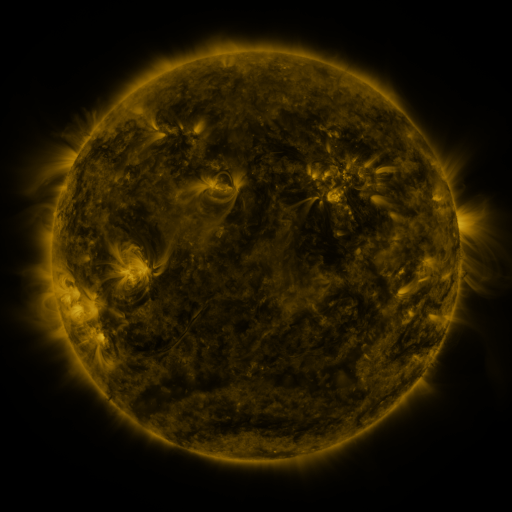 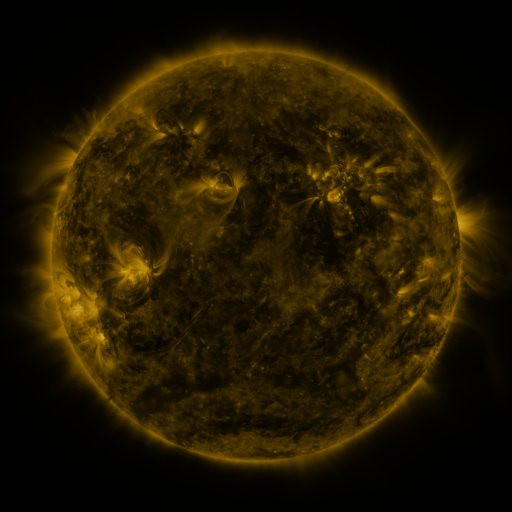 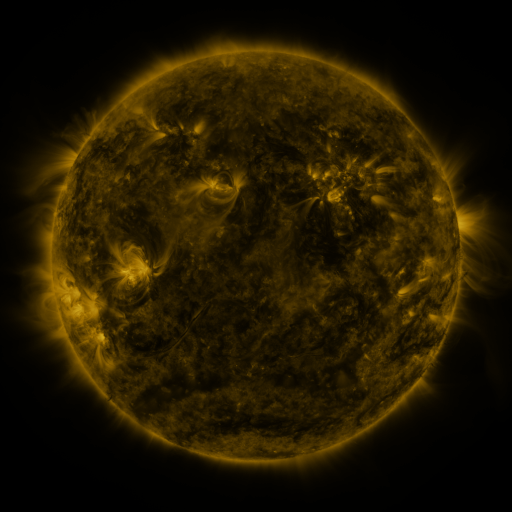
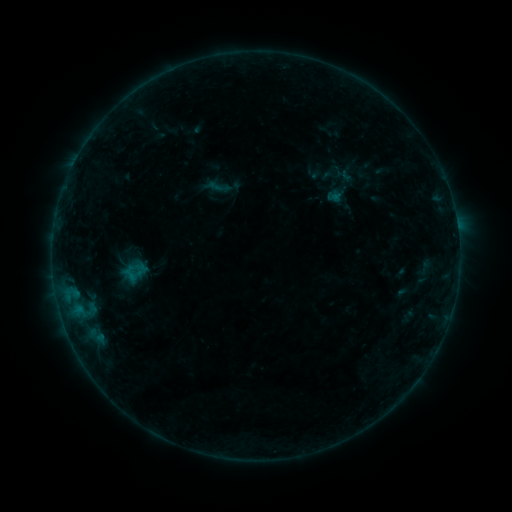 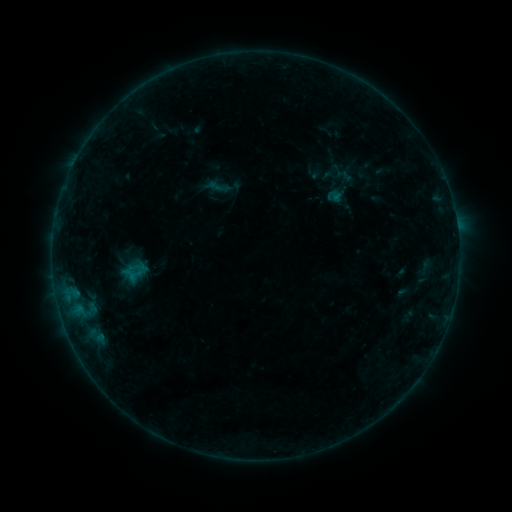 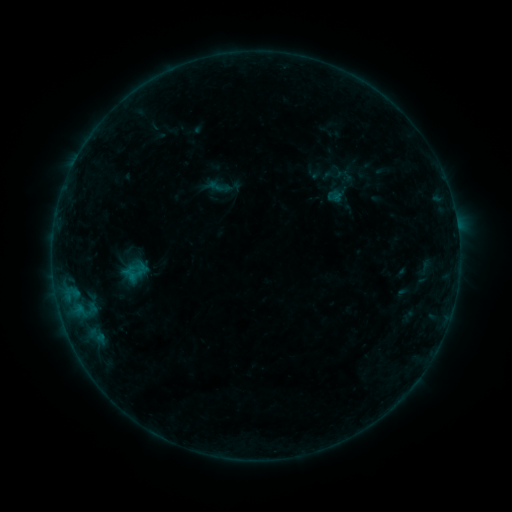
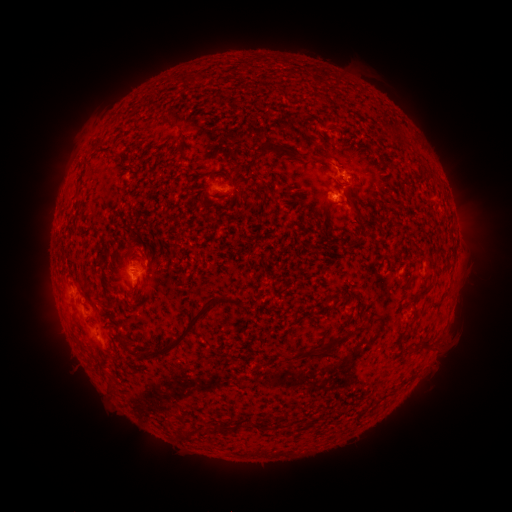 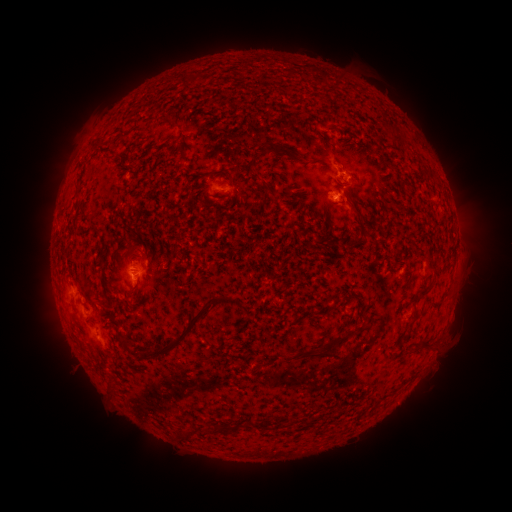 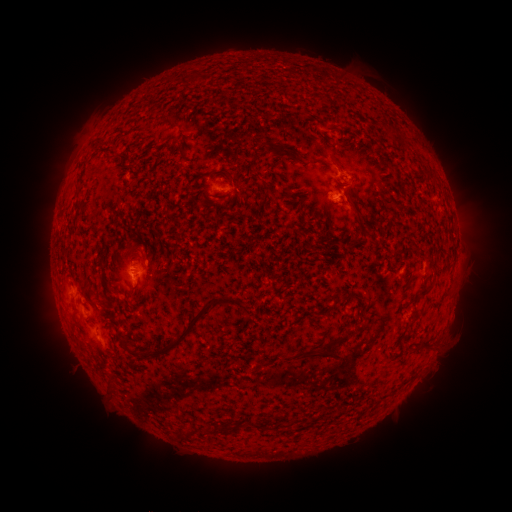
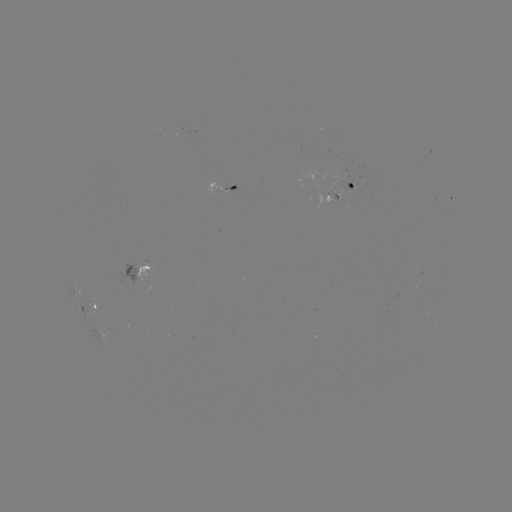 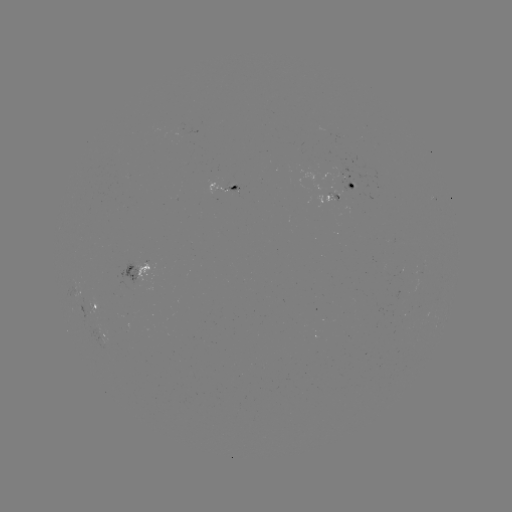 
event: eruption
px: (333, 158)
